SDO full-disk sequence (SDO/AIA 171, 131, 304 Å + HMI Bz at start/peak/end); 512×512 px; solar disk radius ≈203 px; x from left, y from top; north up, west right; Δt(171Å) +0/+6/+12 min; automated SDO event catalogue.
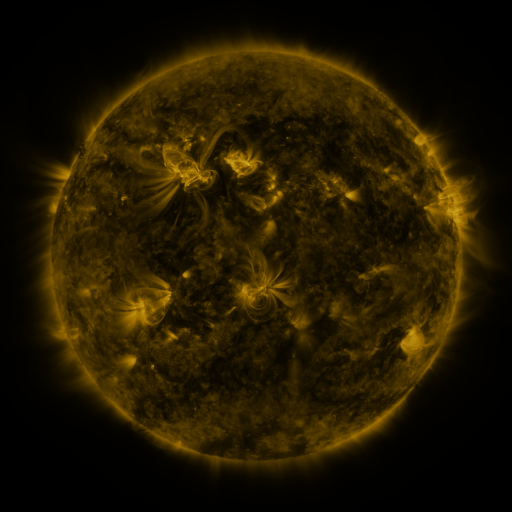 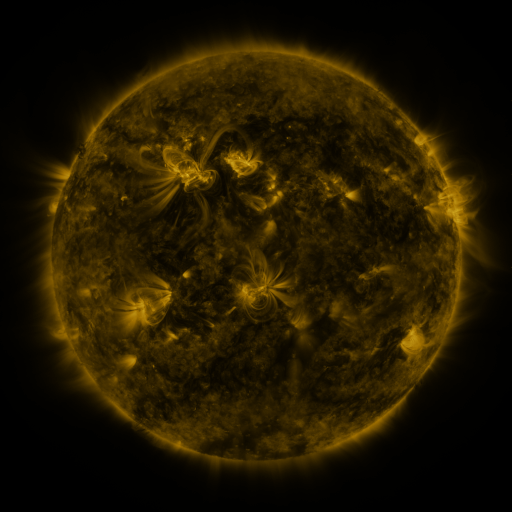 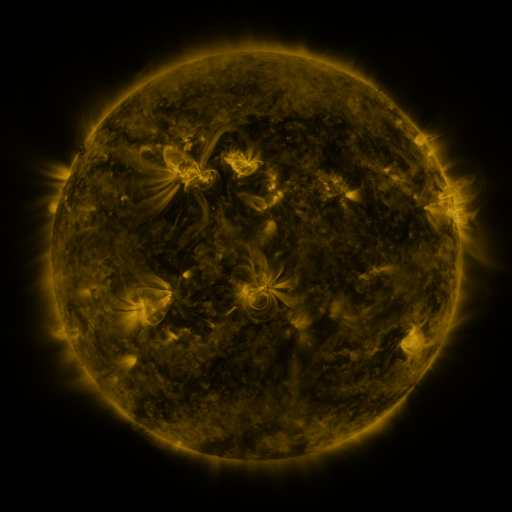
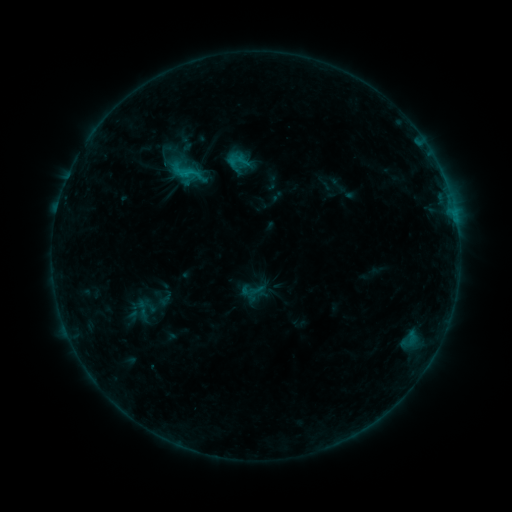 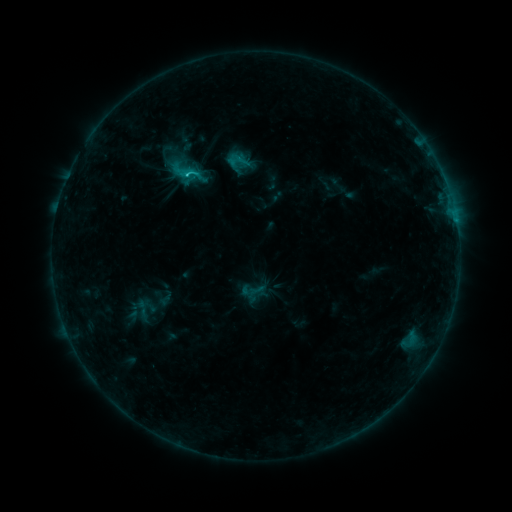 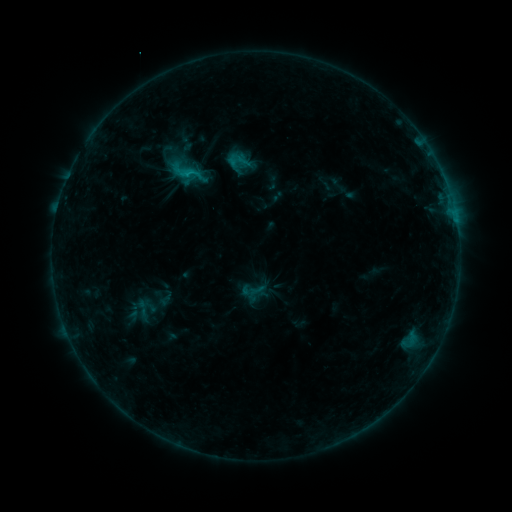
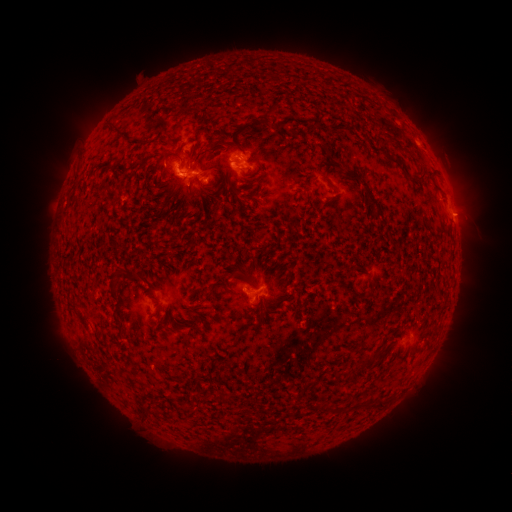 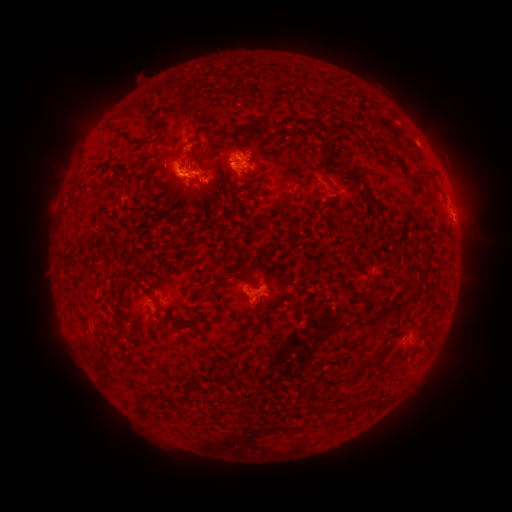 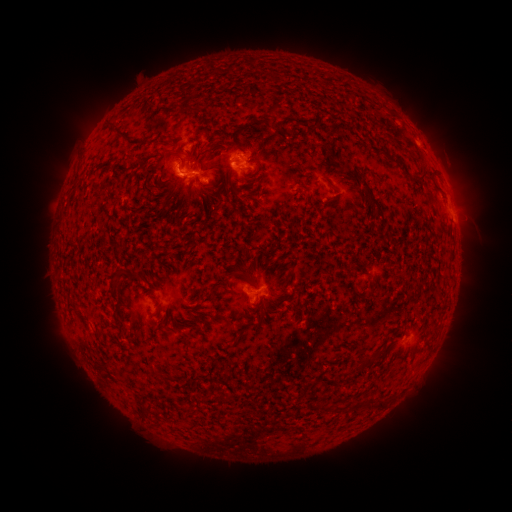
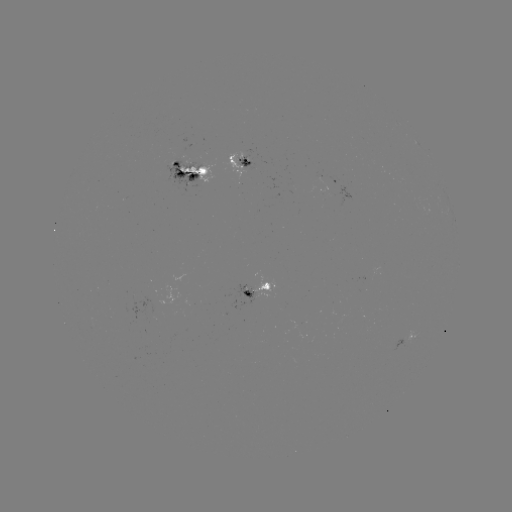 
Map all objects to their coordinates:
C1.6 flare: (188, 176)
